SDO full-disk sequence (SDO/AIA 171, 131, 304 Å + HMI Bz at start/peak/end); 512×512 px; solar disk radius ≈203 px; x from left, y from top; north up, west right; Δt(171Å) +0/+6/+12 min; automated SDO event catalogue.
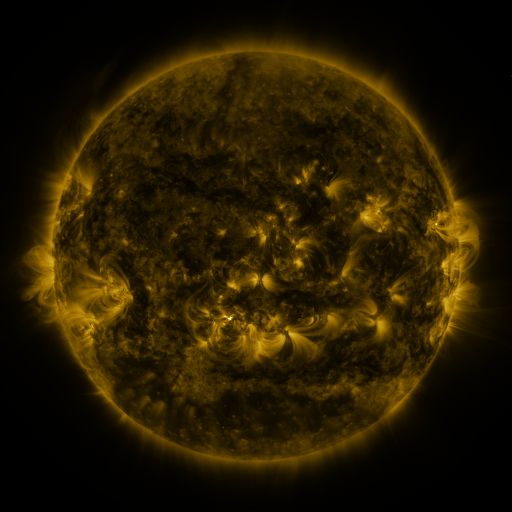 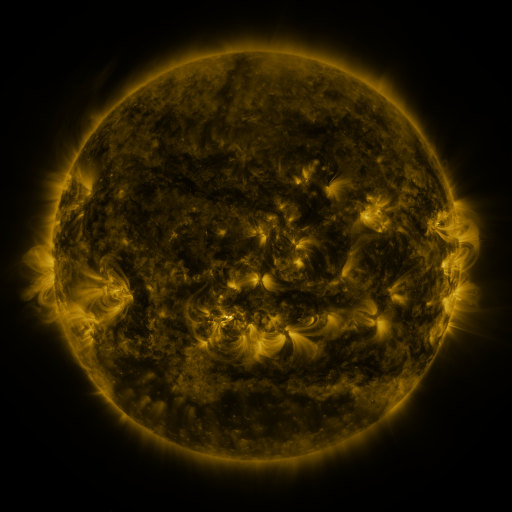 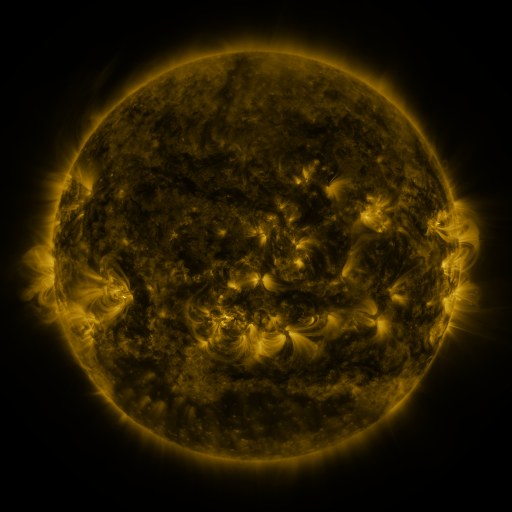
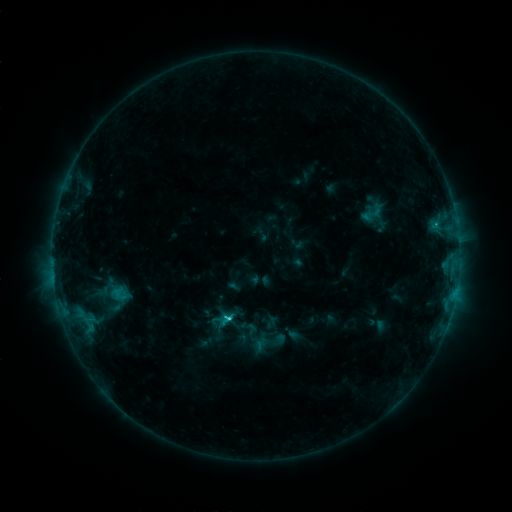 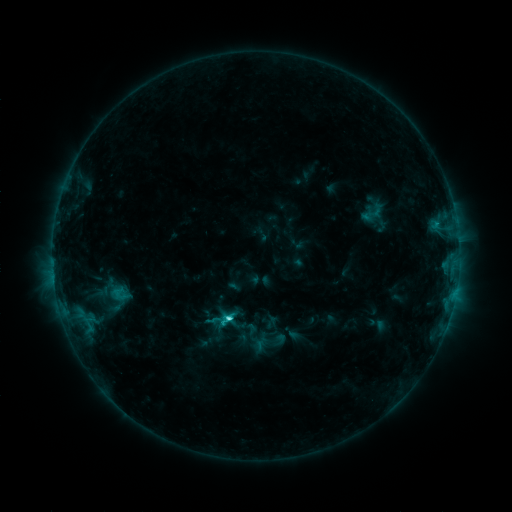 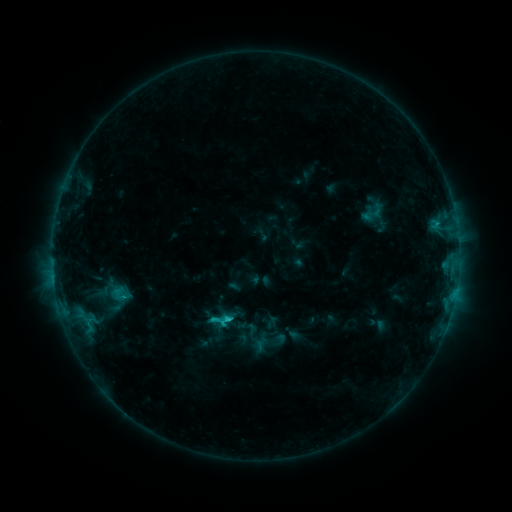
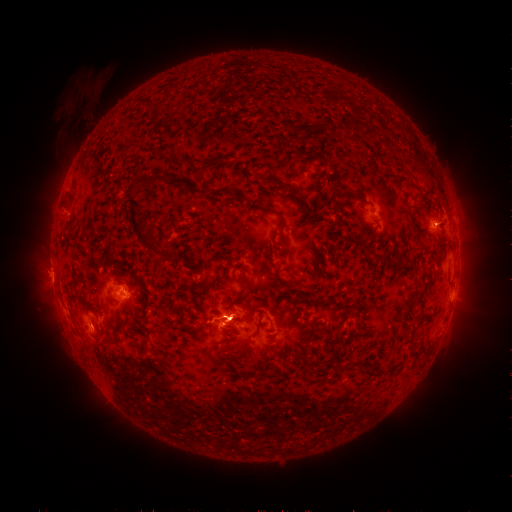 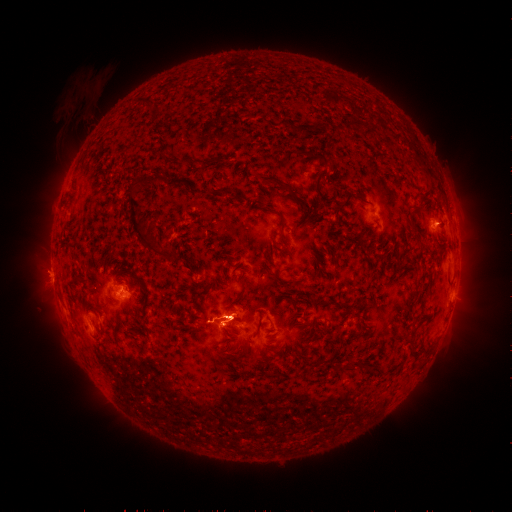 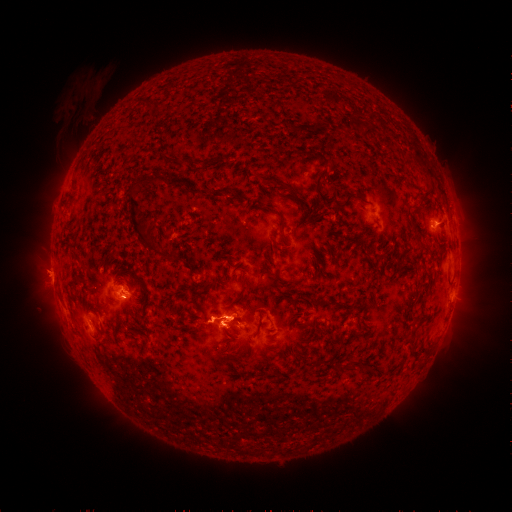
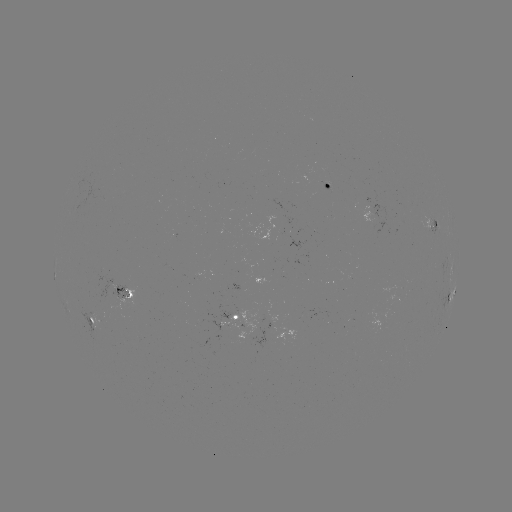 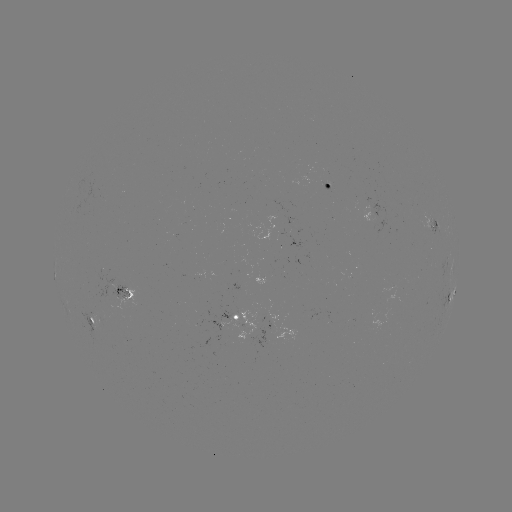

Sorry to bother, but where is C2.6 flare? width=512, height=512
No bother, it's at (432, 226).